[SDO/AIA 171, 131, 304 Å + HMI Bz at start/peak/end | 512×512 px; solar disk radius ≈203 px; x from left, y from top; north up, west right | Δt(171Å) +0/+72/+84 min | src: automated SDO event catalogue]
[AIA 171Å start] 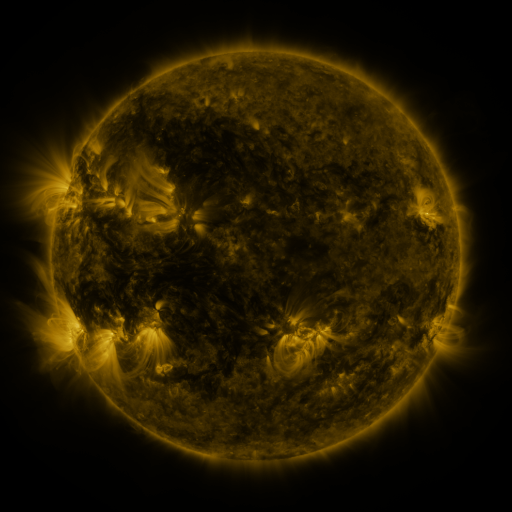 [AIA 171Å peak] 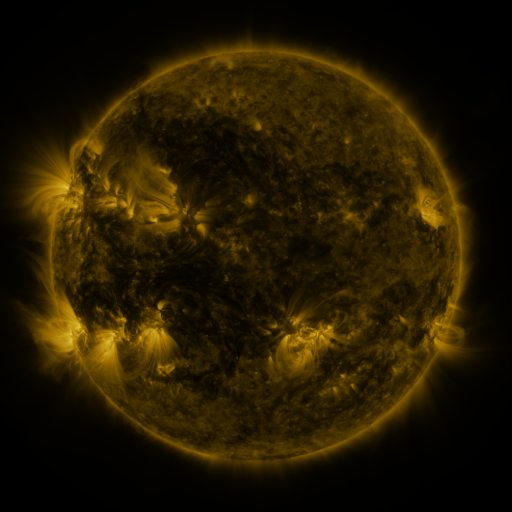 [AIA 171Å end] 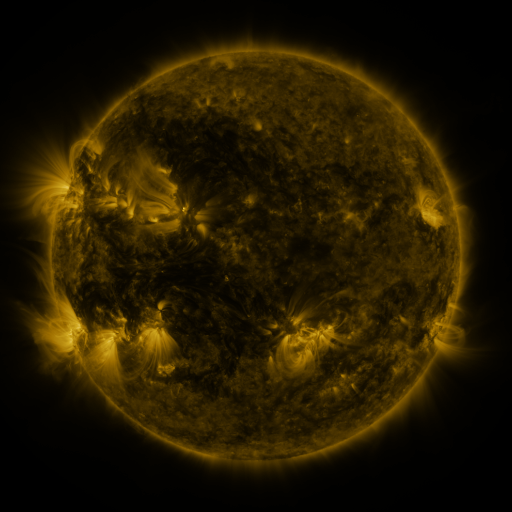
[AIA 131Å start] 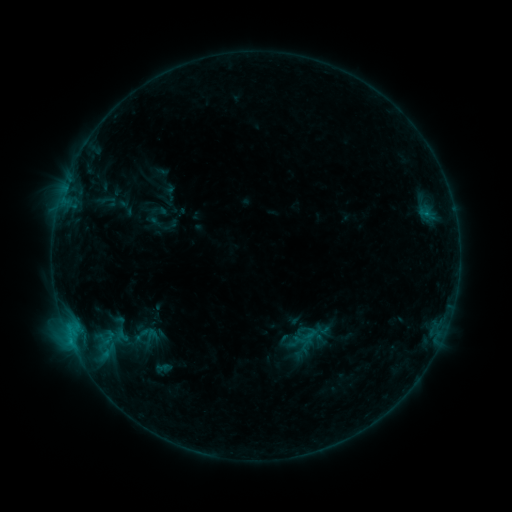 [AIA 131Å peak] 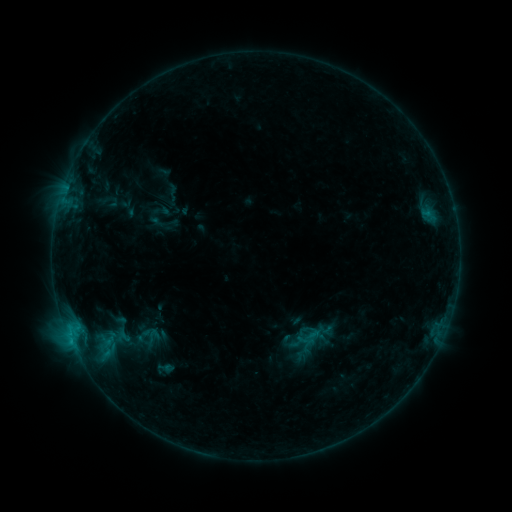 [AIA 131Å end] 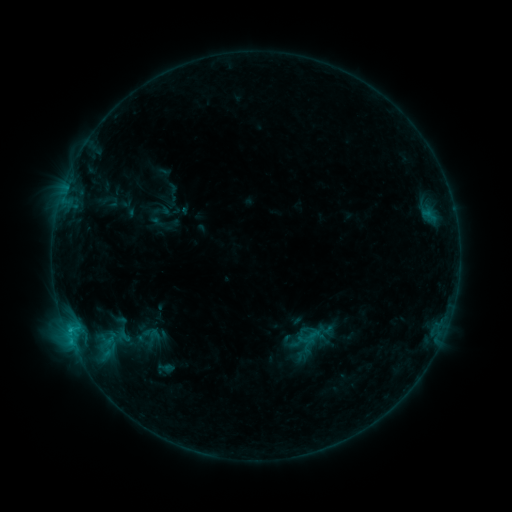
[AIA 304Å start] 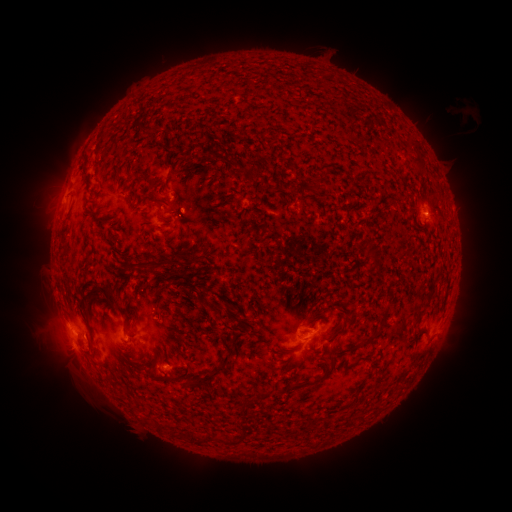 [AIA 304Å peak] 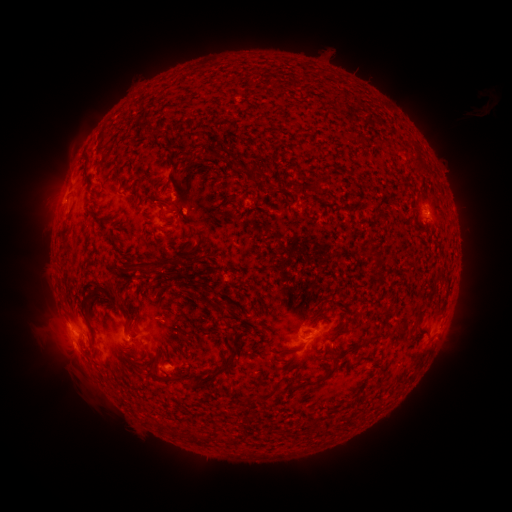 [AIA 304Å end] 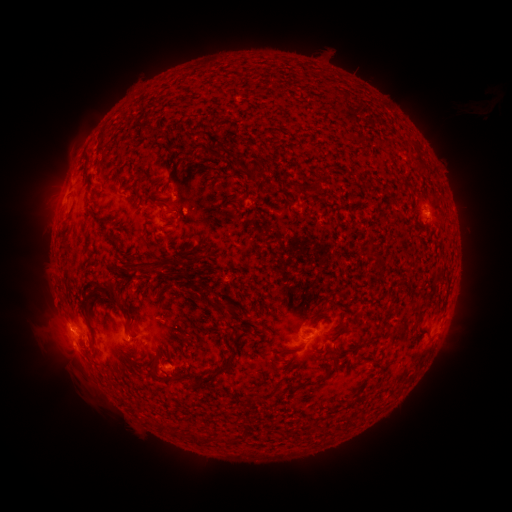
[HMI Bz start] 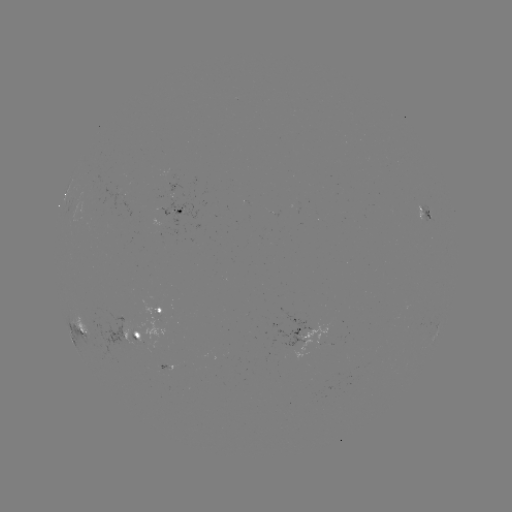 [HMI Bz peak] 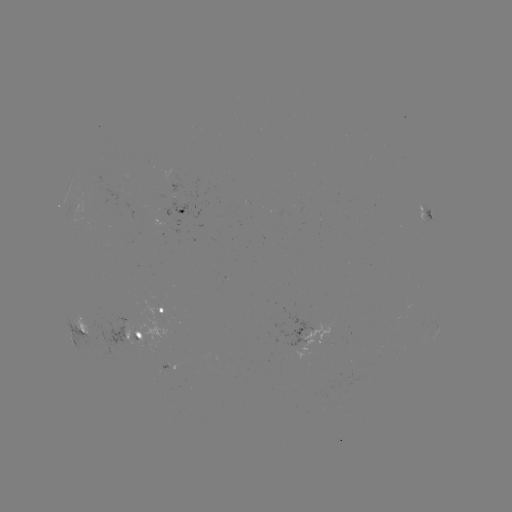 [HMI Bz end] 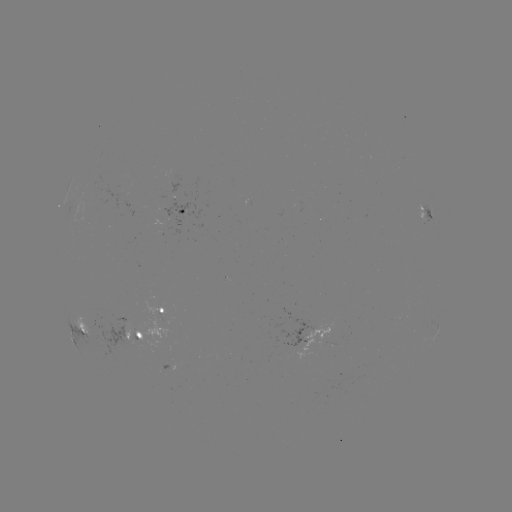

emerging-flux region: <bbox>414, 205, 428, 222</bbox>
